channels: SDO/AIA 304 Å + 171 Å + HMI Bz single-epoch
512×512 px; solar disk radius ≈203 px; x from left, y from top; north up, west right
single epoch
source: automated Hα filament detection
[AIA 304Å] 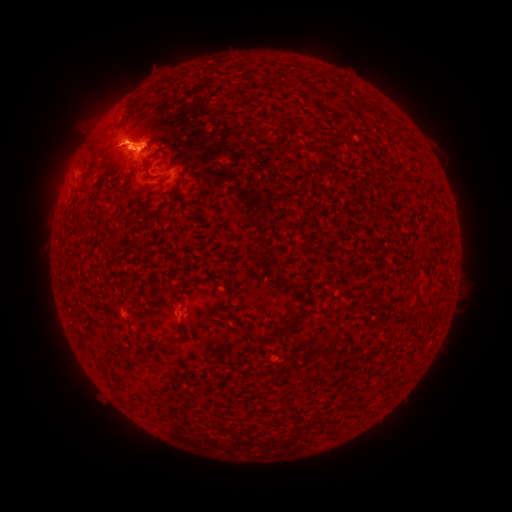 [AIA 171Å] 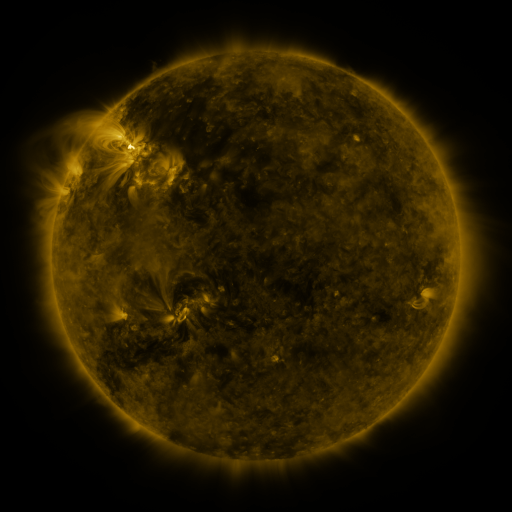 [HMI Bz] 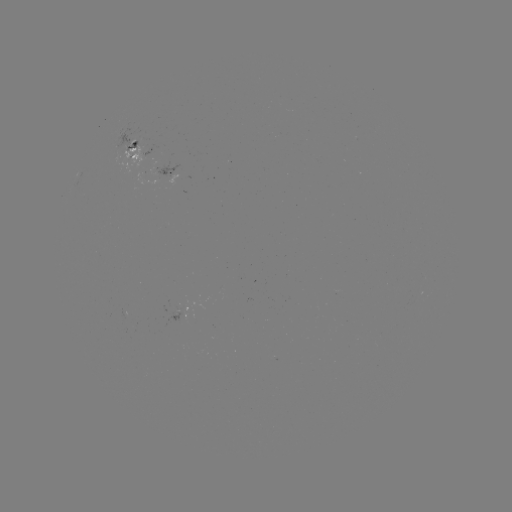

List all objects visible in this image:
filament: (325, 265, 344, 279)
filament: (227, 285, 235, 297)
filament: (281, 313, 303, 337)
filament: (164, 335, 183, 346)
